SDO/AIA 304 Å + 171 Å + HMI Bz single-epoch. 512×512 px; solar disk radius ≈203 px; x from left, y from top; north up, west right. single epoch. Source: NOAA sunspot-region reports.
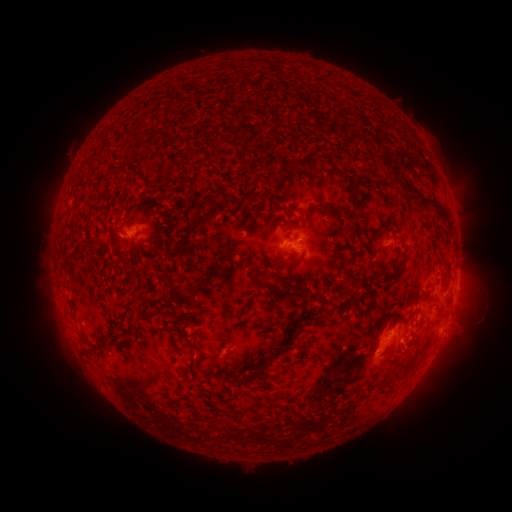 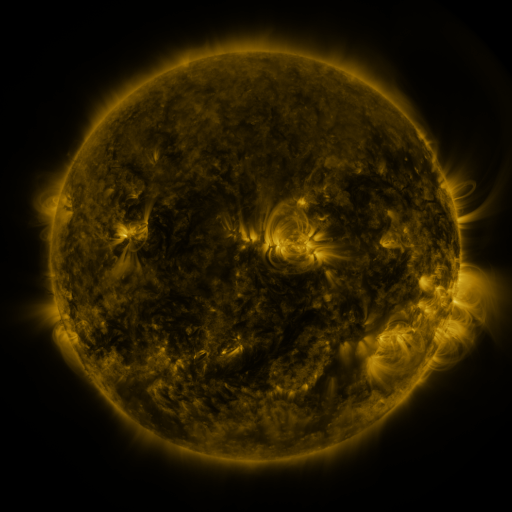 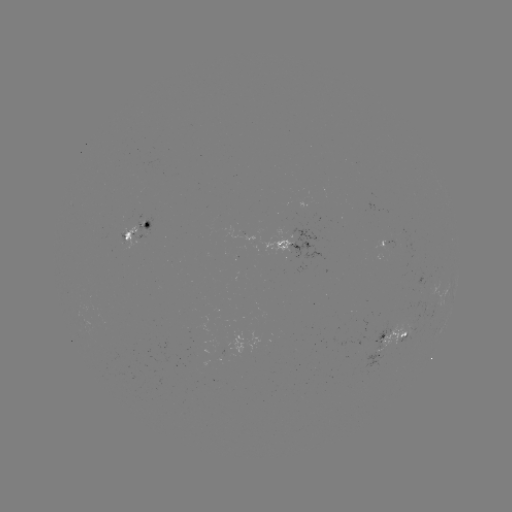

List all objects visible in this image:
spotted active region: (138, 235)
spotted active region: (393, 243)
spotted active region: (294, 249)
spotted active region: (442, 292)
spotted active region: (395, 342)
